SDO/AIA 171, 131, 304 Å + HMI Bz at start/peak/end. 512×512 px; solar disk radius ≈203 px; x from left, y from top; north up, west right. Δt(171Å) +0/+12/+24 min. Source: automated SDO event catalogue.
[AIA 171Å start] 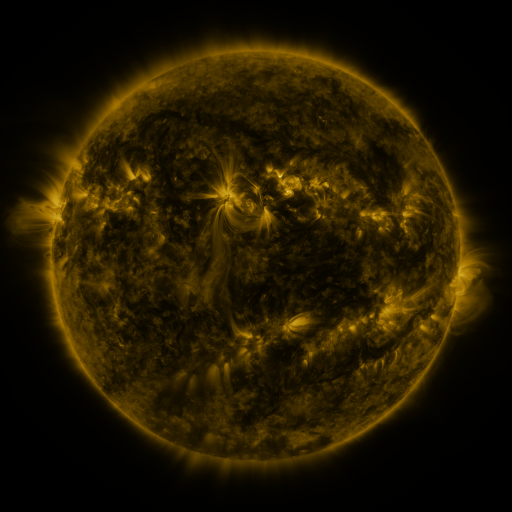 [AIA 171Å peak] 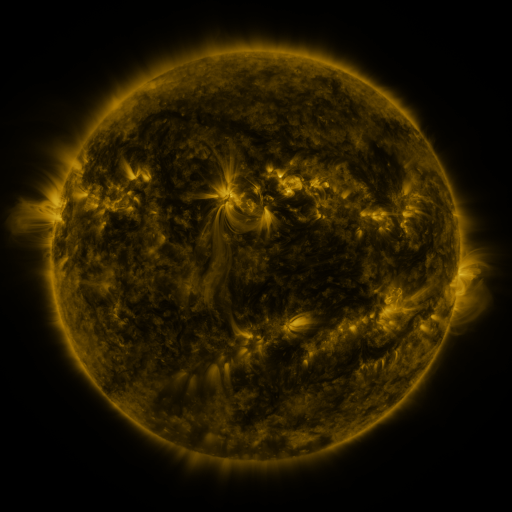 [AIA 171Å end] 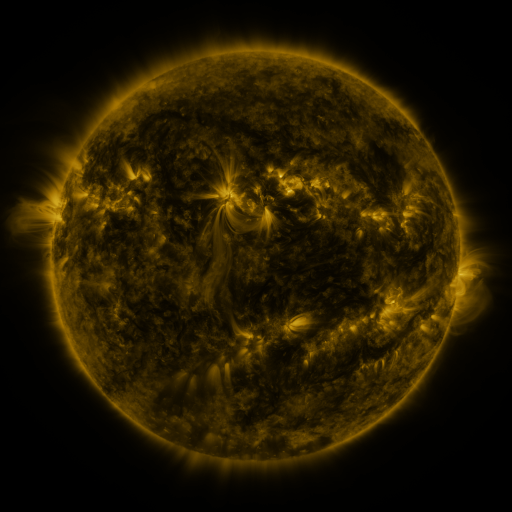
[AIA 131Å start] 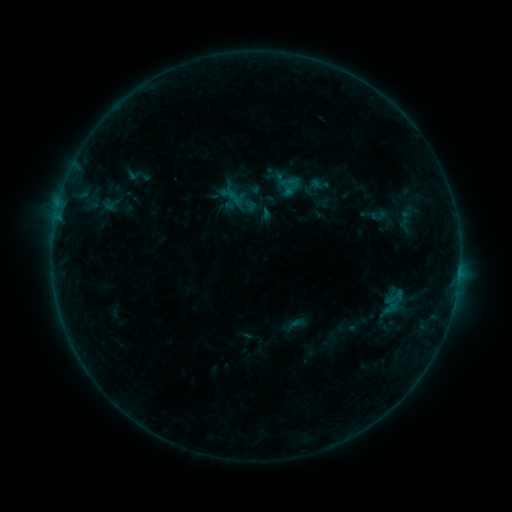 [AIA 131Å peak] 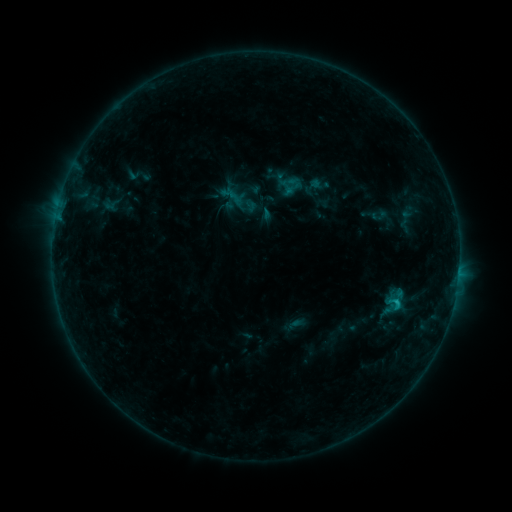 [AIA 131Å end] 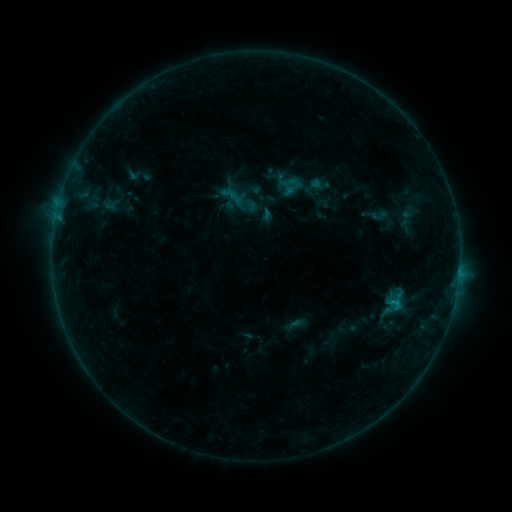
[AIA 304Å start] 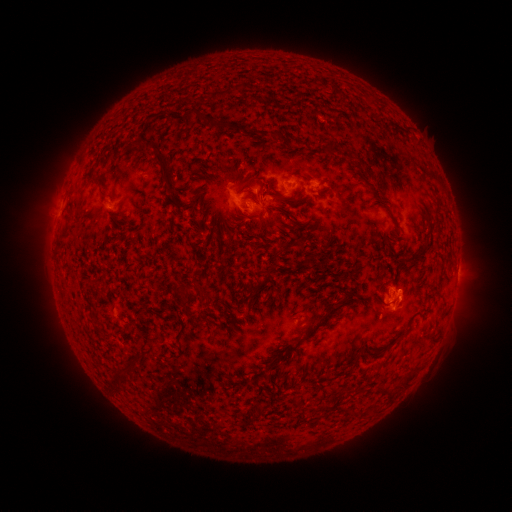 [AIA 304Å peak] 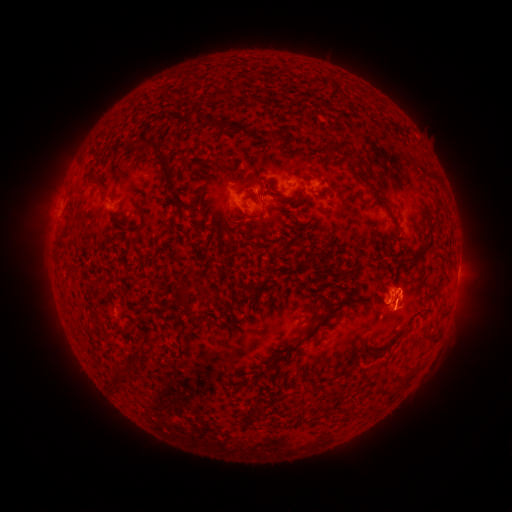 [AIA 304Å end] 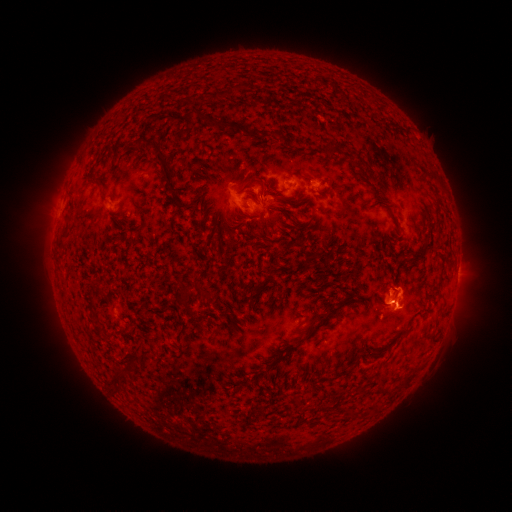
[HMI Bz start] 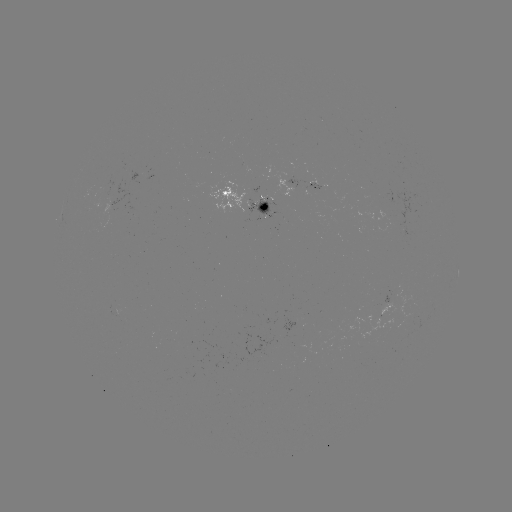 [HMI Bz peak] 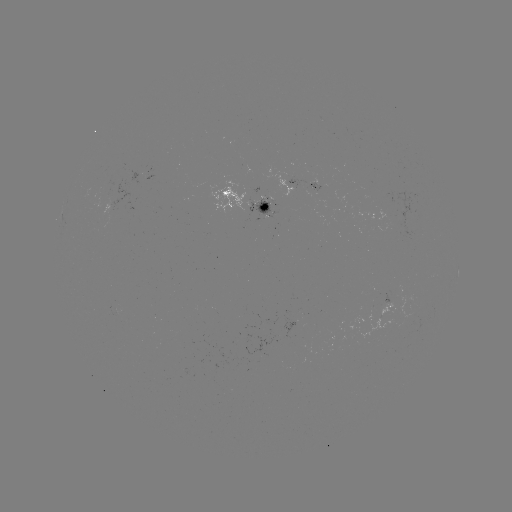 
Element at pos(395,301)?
B8.3 flare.